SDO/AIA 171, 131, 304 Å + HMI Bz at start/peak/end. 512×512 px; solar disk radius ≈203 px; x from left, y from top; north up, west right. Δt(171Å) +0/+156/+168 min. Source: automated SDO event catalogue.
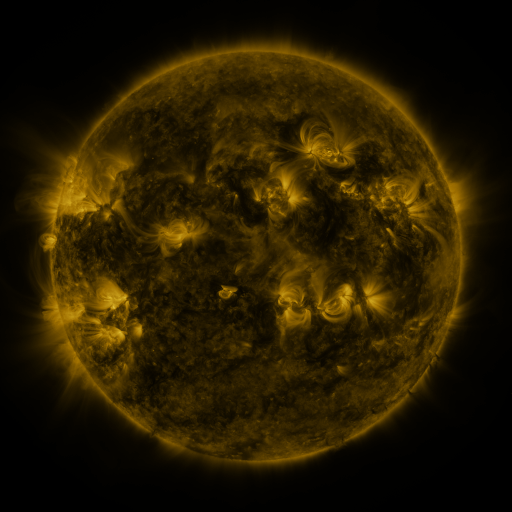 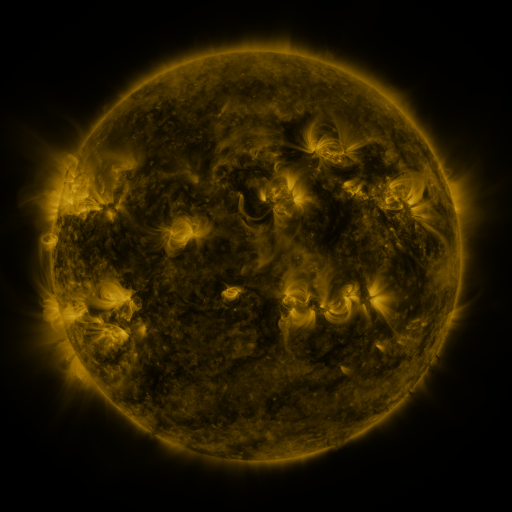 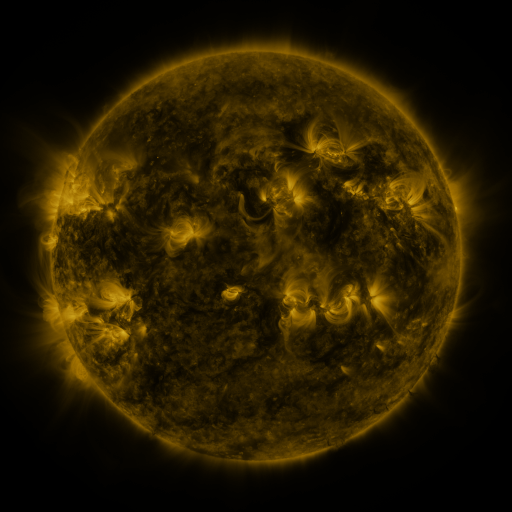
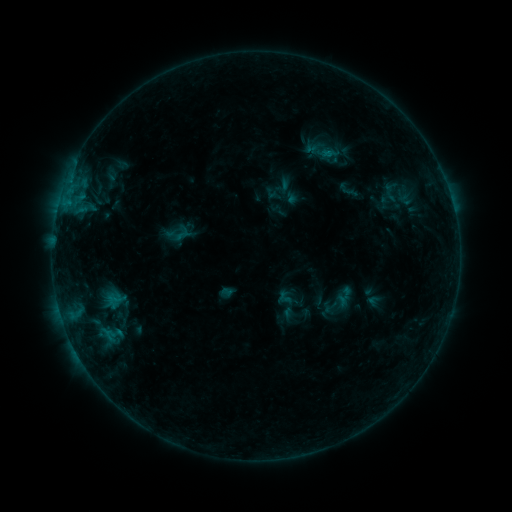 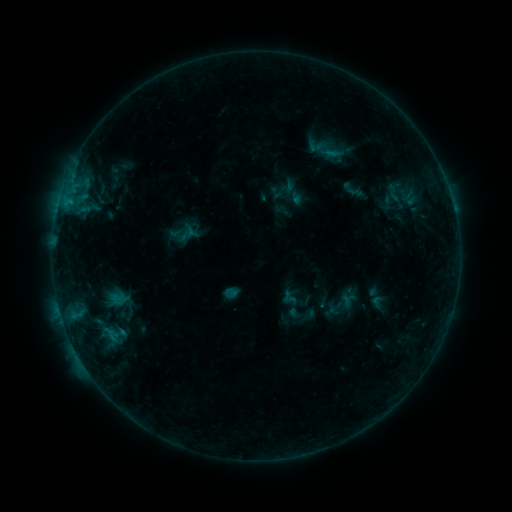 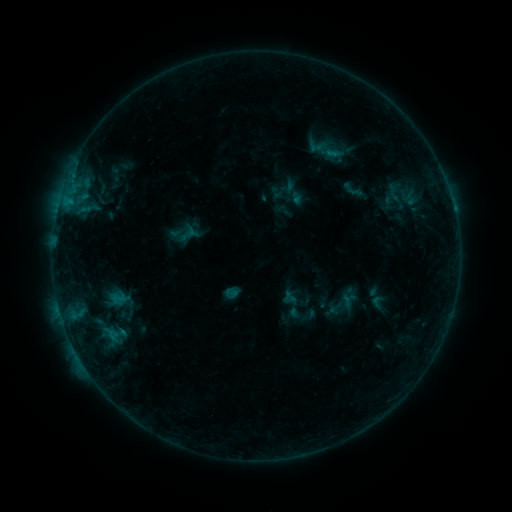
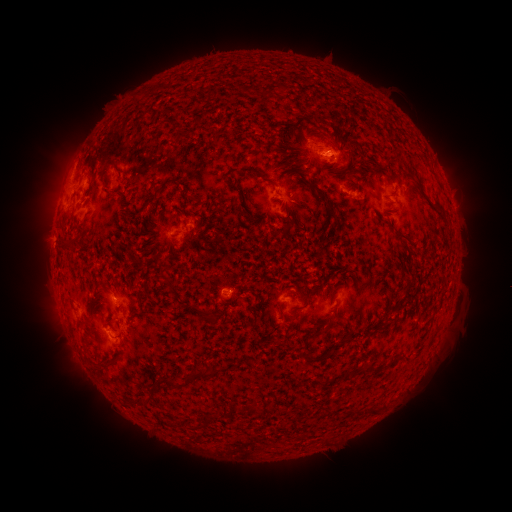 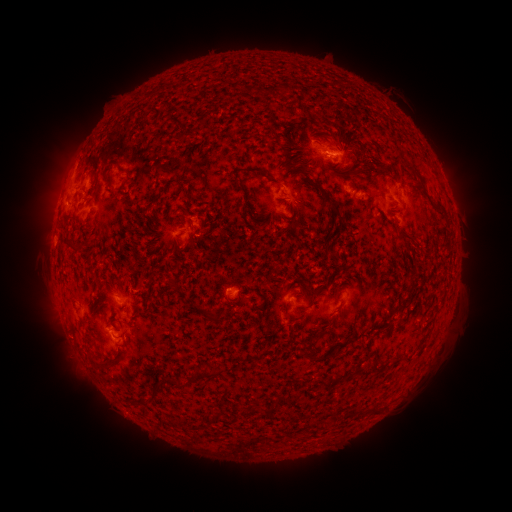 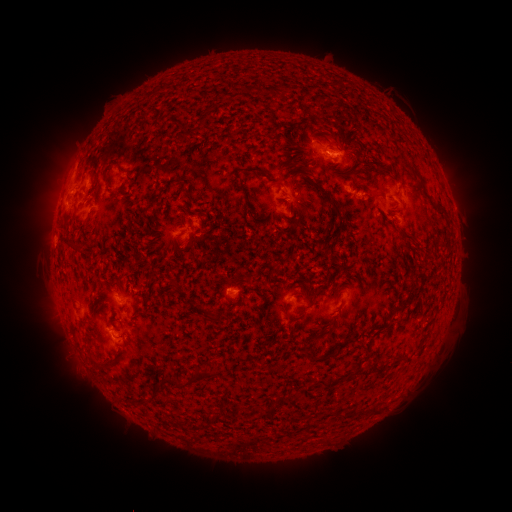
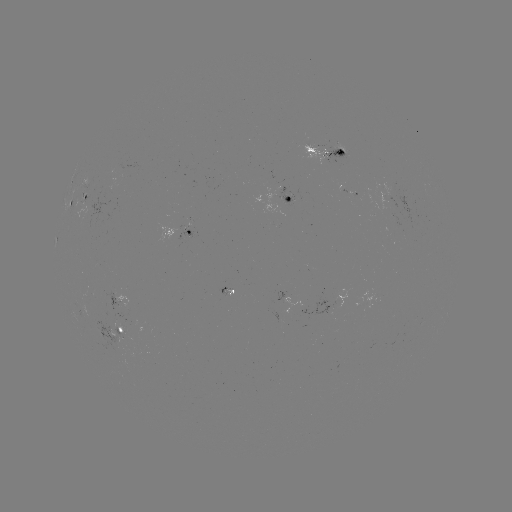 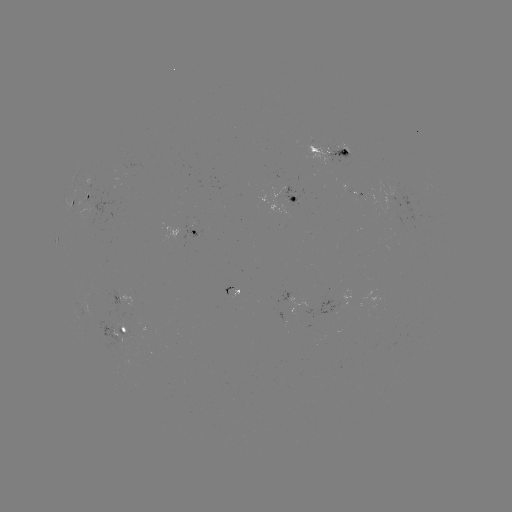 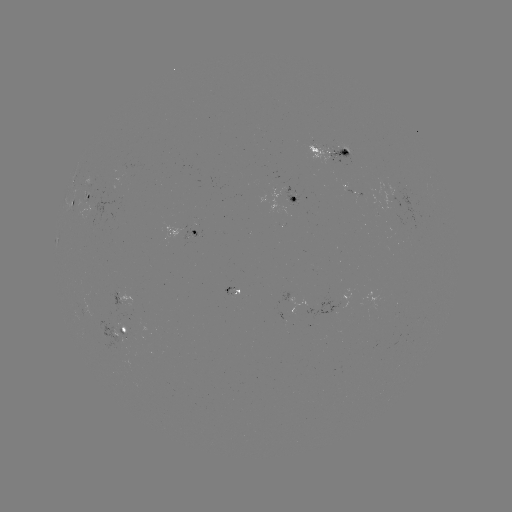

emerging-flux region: [303, 144, 340, 167]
